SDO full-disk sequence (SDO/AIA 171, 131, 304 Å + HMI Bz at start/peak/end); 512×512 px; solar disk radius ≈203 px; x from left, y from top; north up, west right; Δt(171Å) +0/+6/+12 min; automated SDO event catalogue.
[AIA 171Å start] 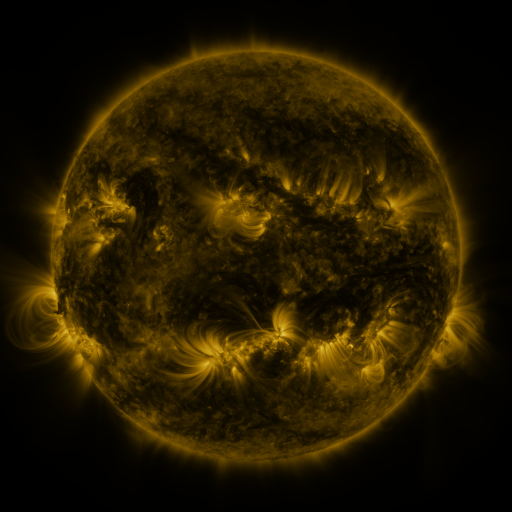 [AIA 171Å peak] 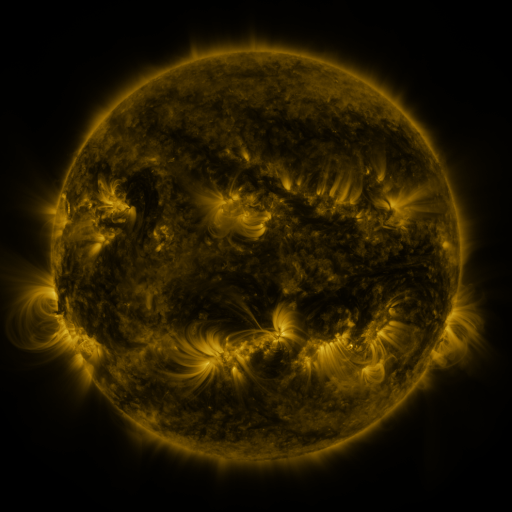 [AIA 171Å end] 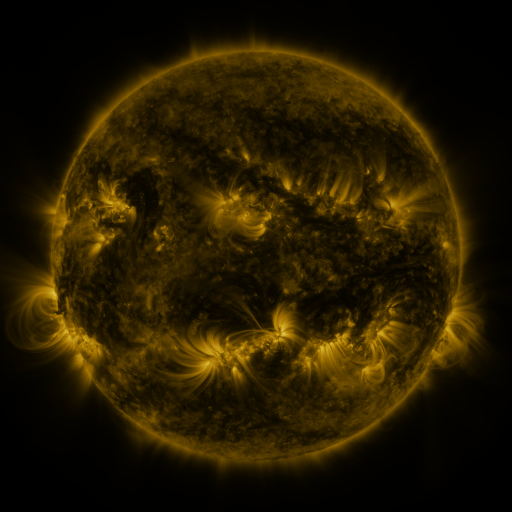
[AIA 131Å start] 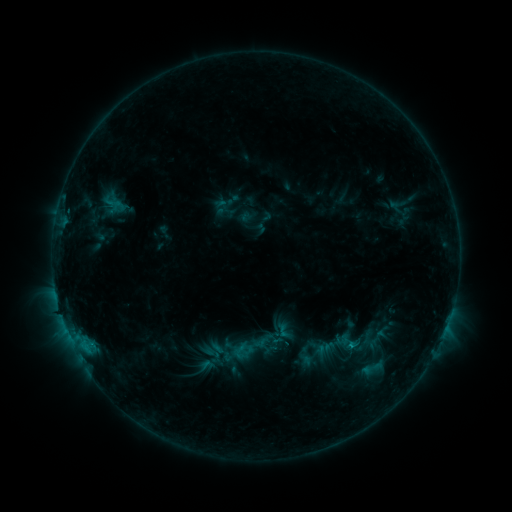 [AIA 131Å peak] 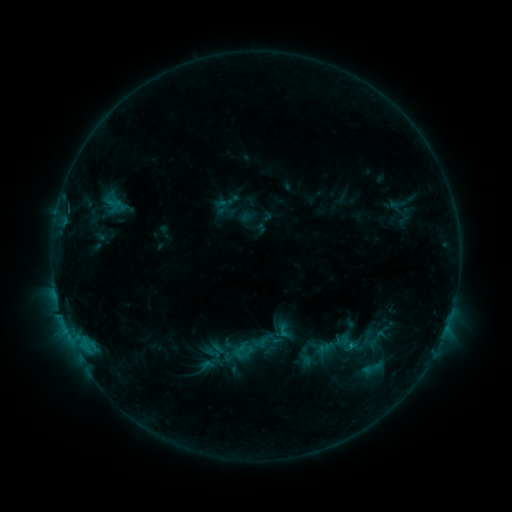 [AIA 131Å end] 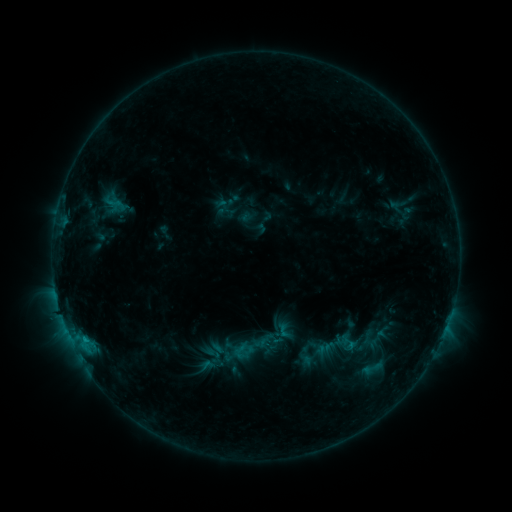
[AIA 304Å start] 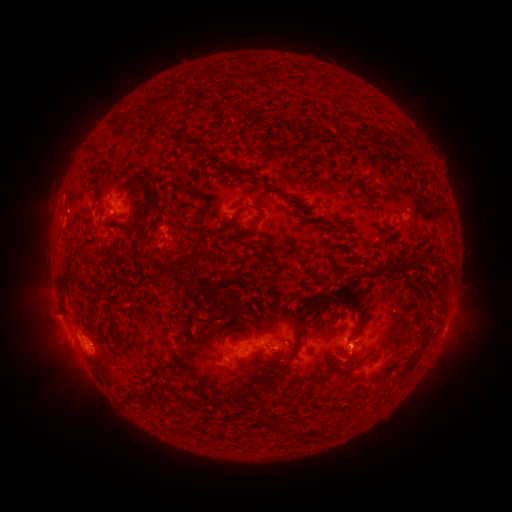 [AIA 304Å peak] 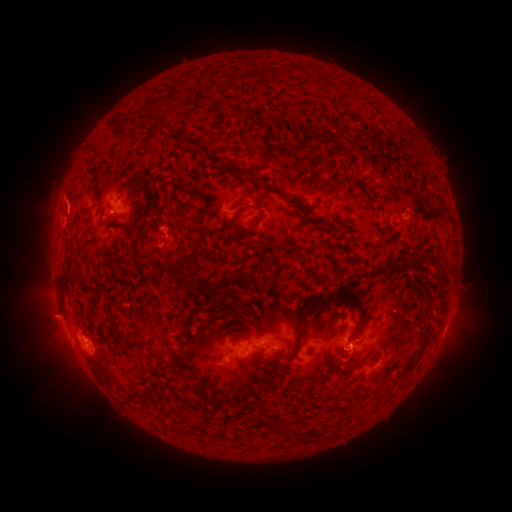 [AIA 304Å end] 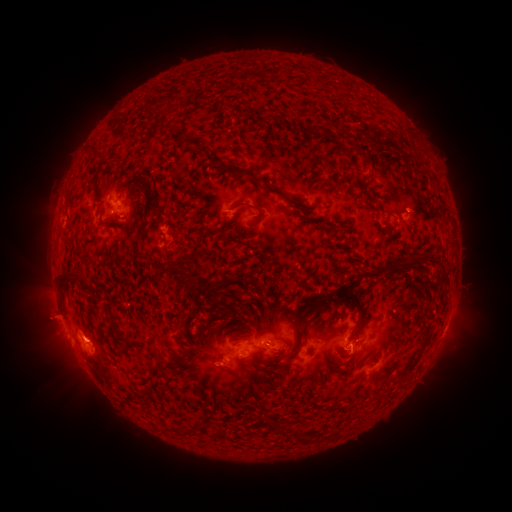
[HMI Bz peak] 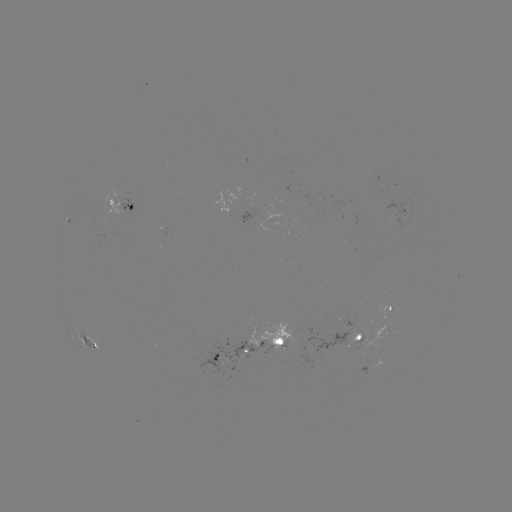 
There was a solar eruption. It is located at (46, 320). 